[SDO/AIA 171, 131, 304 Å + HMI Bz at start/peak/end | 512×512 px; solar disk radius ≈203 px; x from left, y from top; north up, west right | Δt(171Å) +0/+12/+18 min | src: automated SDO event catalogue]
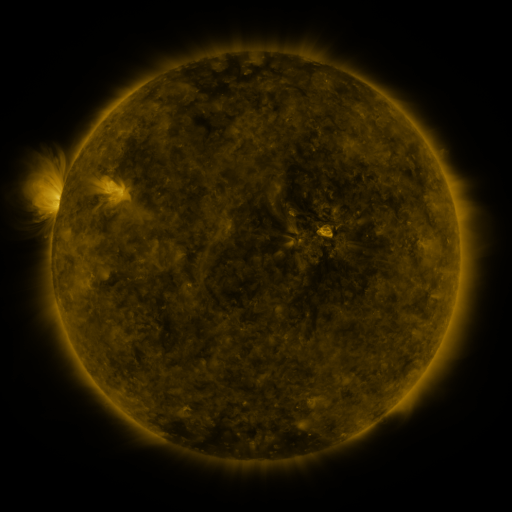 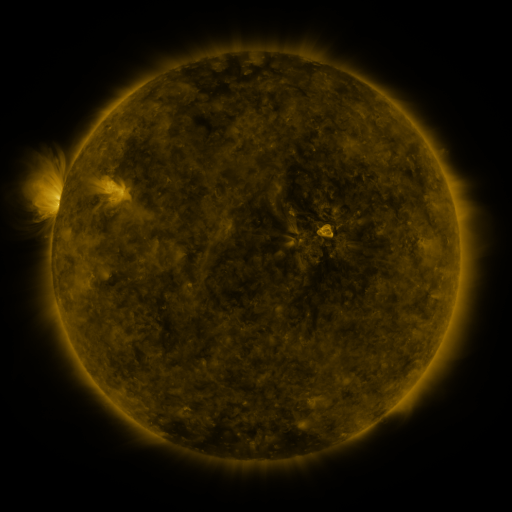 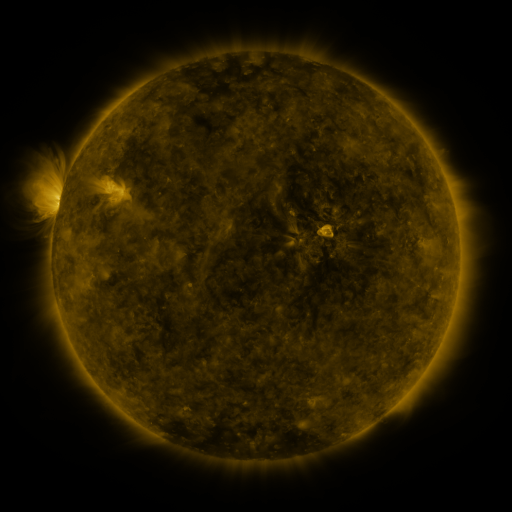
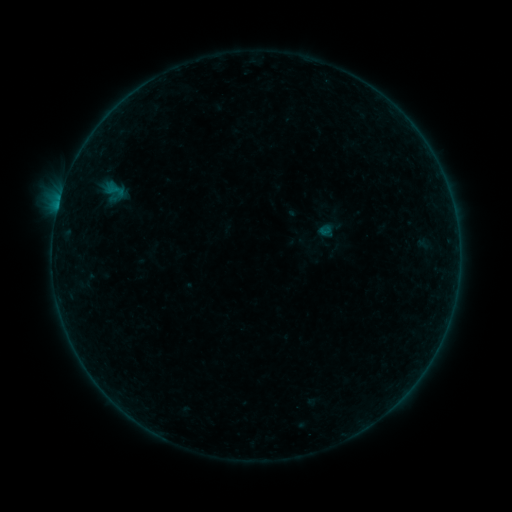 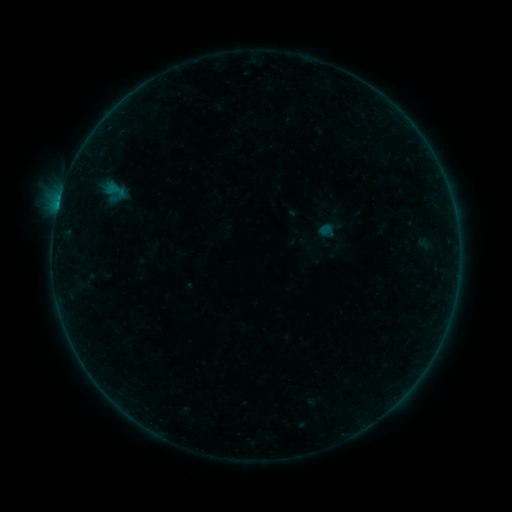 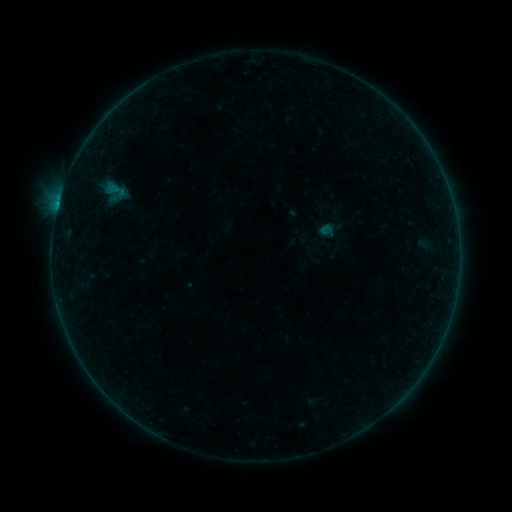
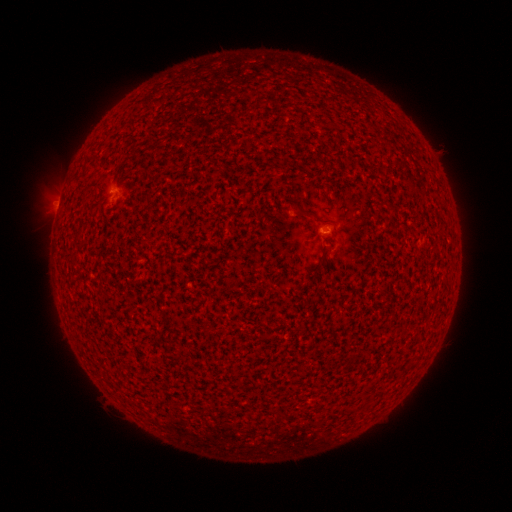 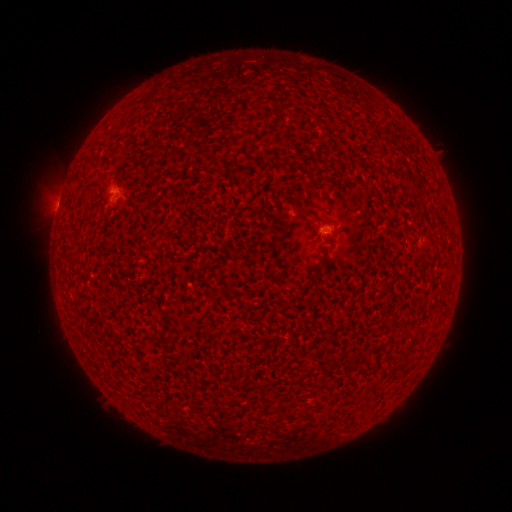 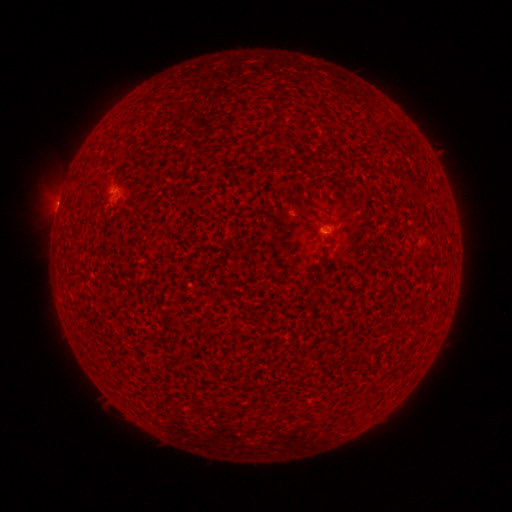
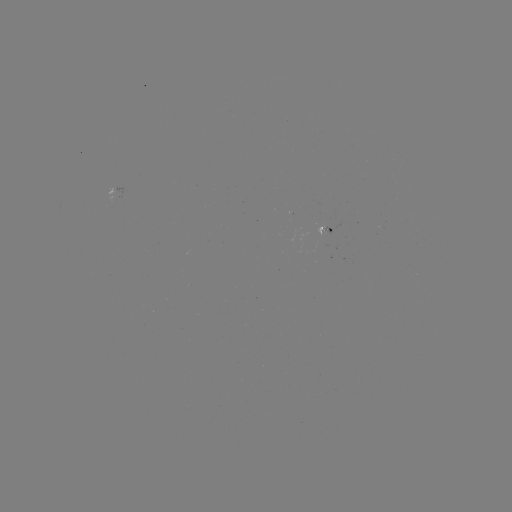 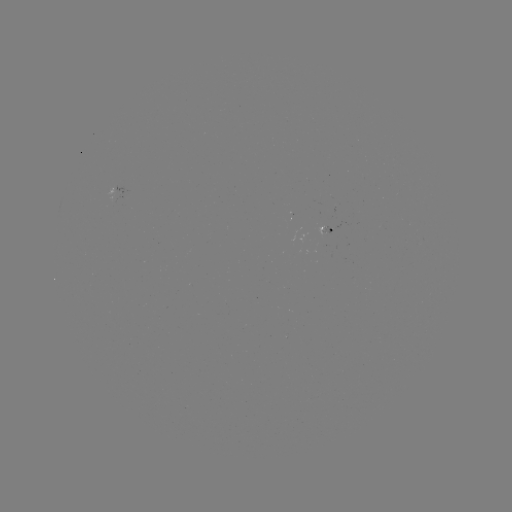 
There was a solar flare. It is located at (58, 206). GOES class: B2.5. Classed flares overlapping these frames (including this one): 1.